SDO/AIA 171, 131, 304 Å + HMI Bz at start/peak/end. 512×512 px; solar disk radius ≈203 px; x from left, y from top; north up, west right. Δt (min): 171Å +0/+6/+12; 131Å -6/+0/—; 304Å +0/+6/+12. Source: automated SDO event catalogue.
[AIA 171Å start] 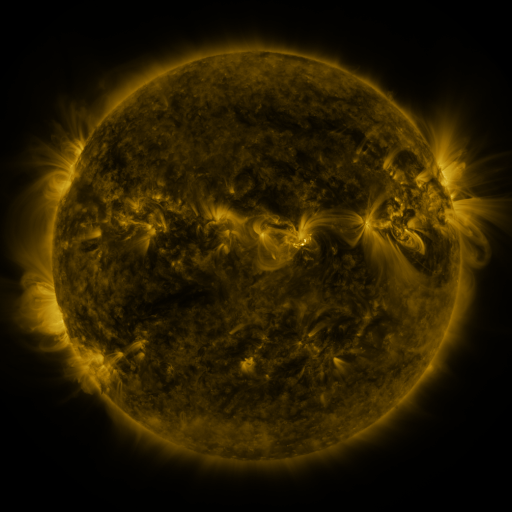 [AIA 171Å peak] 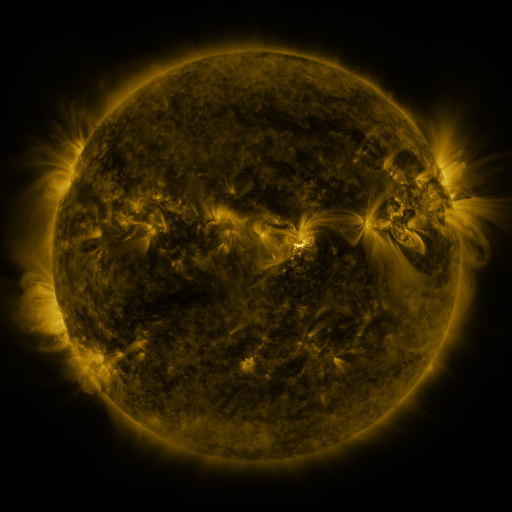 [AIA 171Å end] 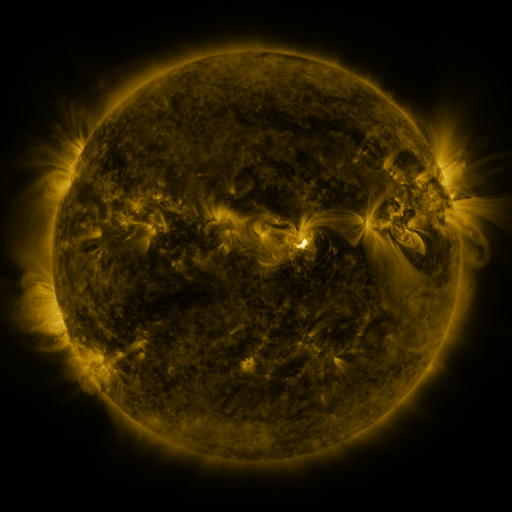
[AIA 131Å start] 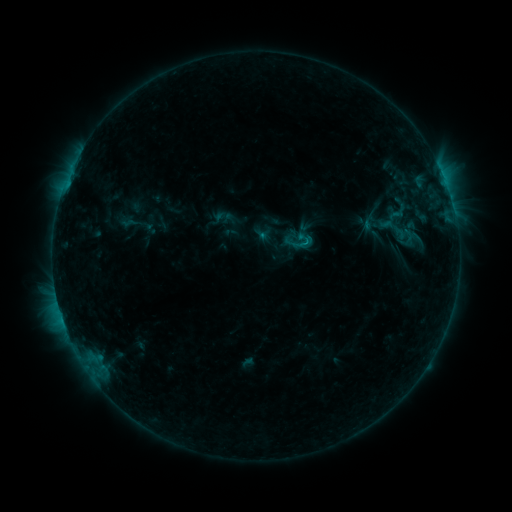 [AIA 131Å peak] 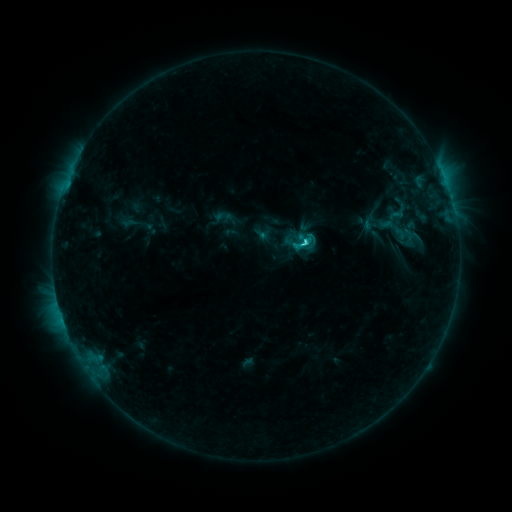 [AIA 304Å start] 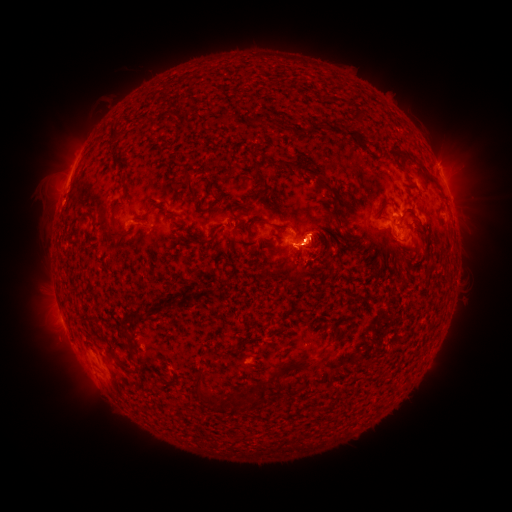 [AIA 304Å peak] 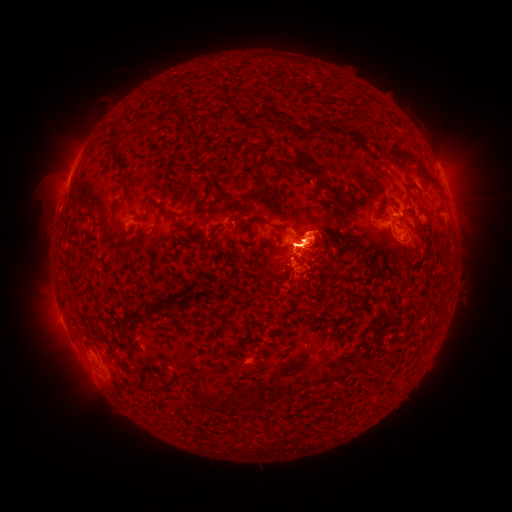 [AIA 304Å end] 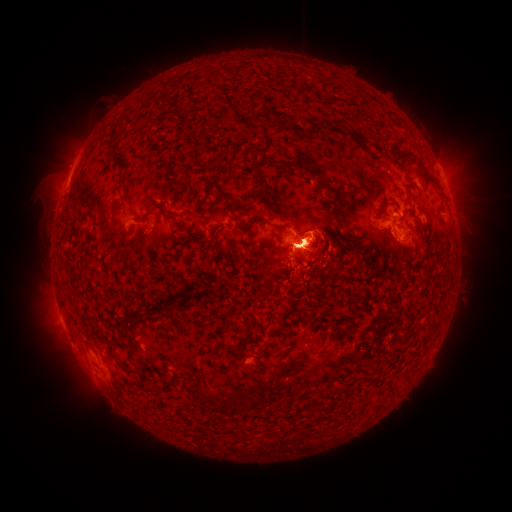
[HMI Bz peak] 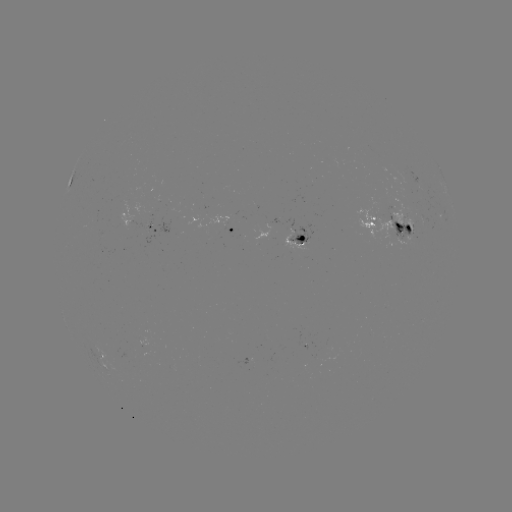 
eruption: (35, 125, 95, 202)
